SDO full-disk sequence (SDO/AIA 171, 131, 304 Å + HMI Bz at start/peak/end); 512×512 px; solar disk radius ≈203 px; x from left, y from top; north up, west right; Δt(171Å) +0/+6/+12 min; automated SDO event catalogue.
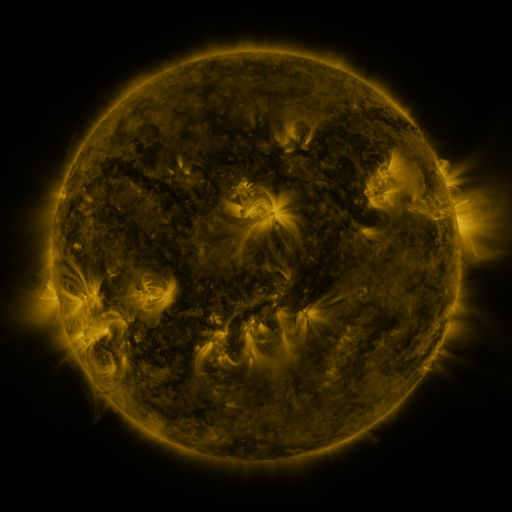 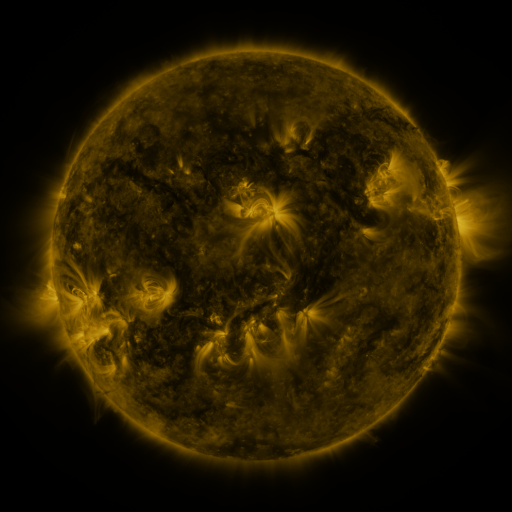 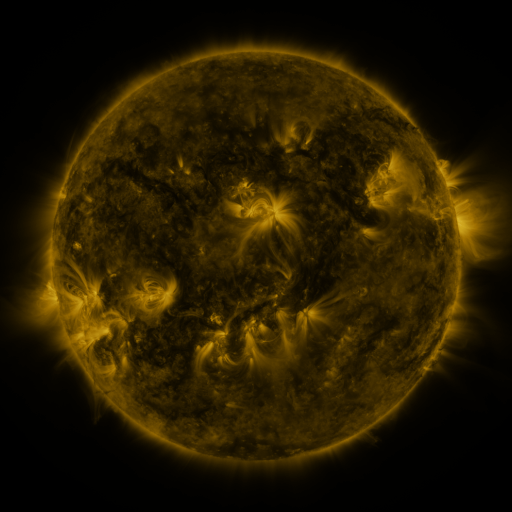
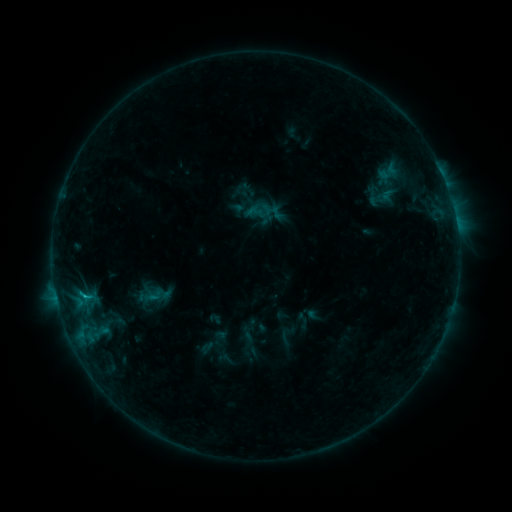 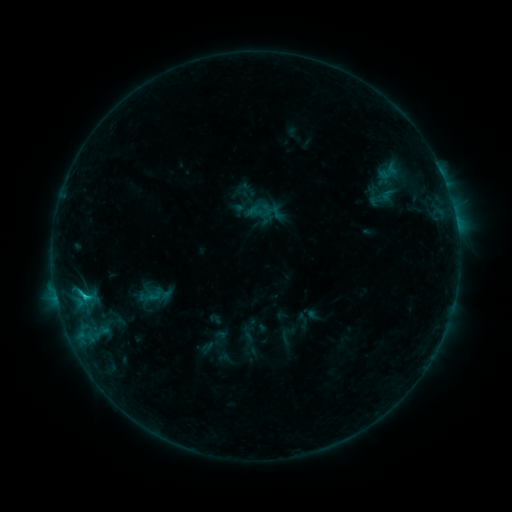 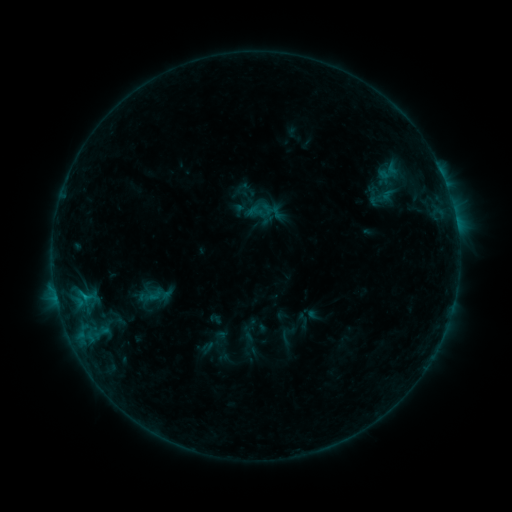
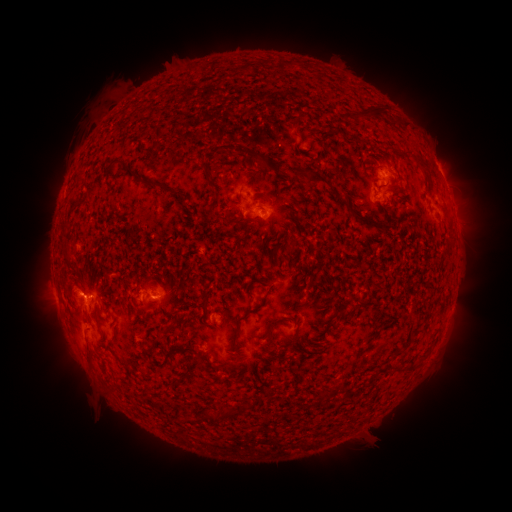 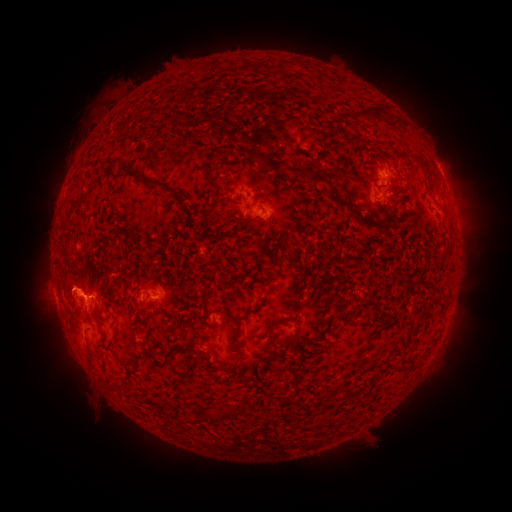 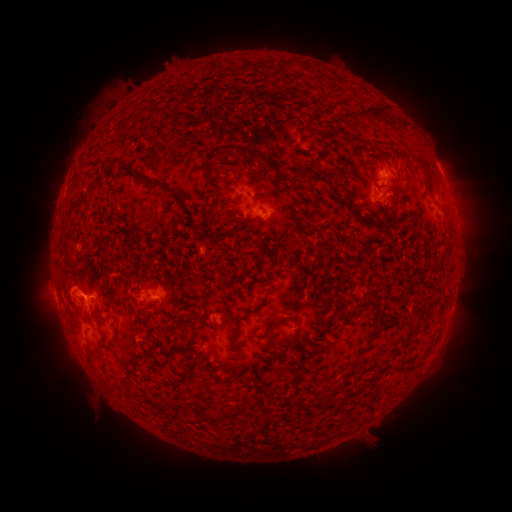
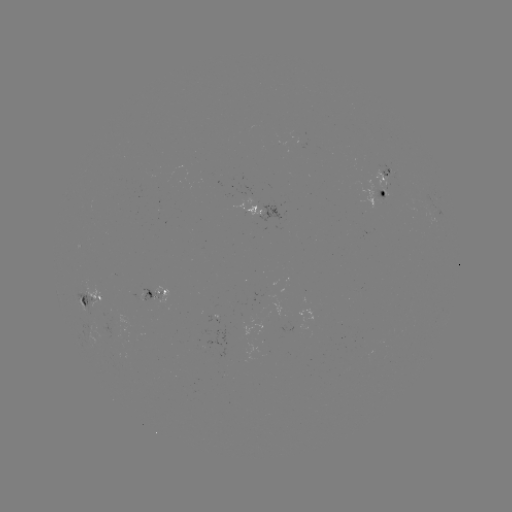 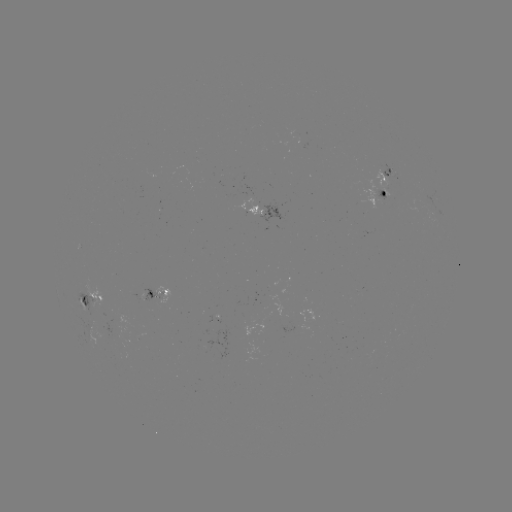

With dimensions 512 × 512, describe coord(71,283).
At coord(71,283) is eruption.